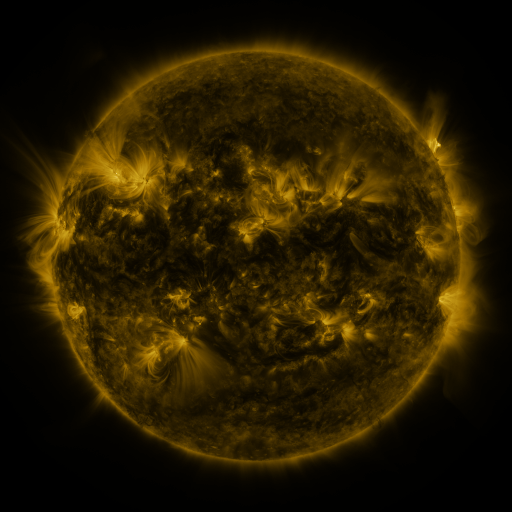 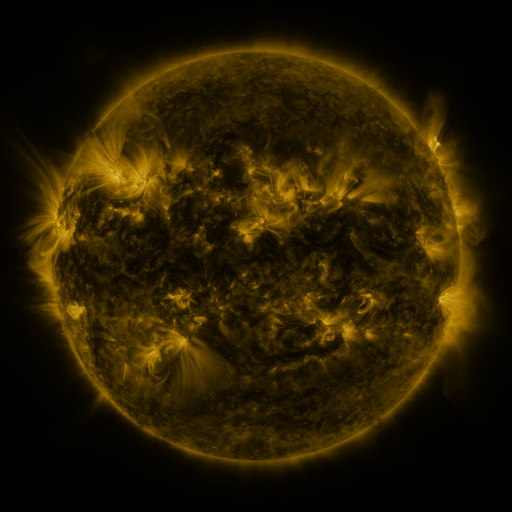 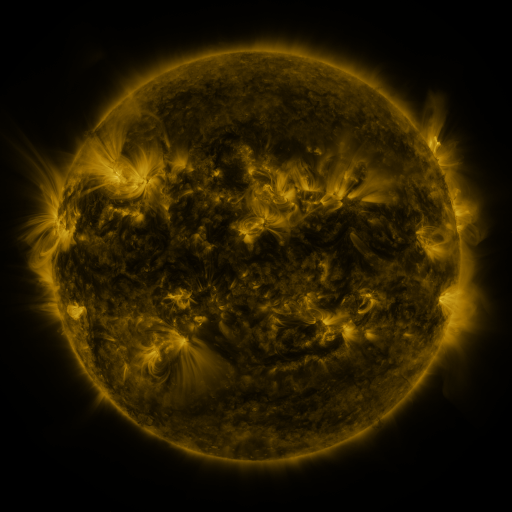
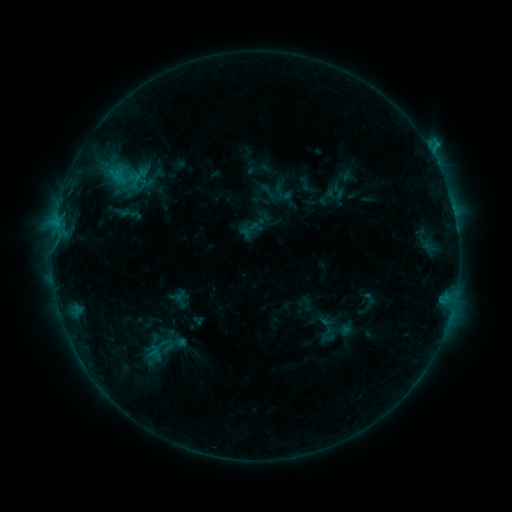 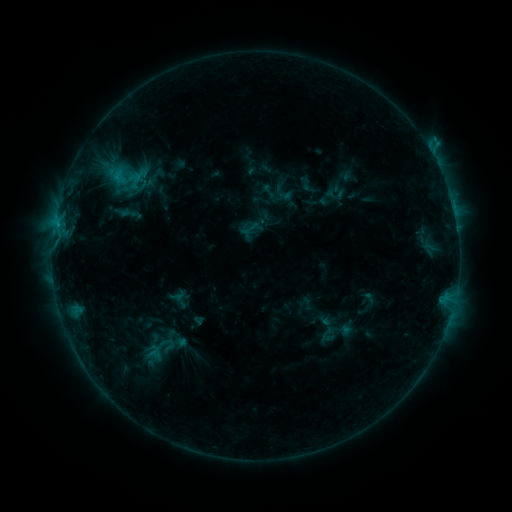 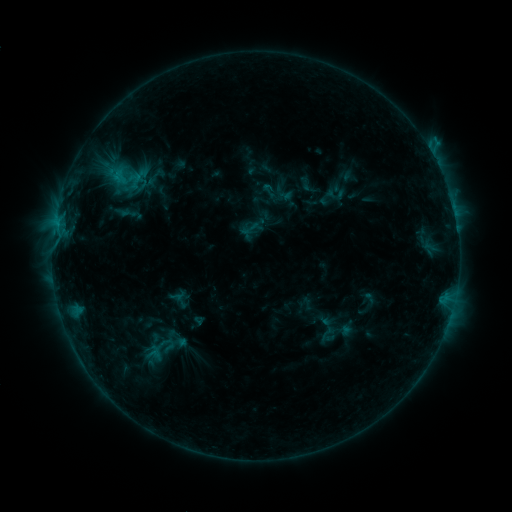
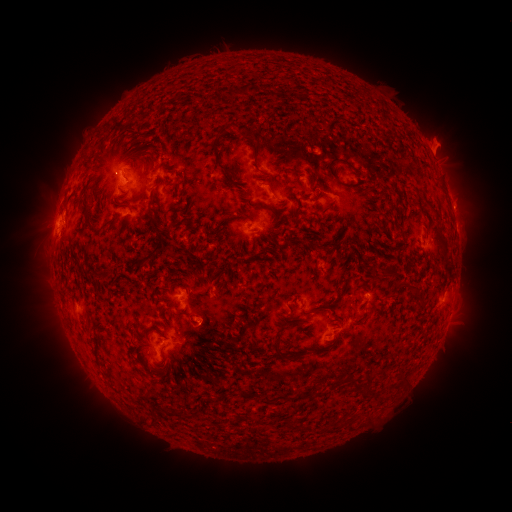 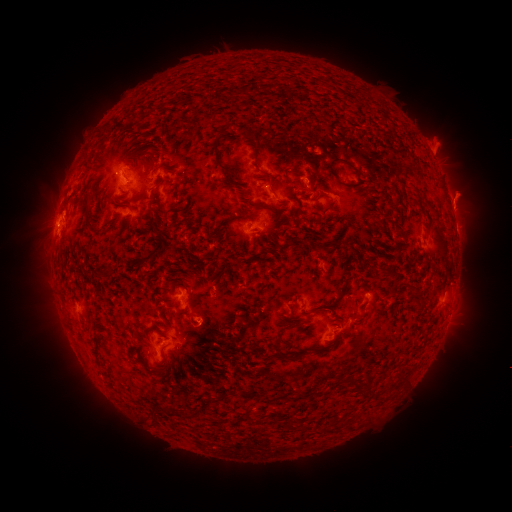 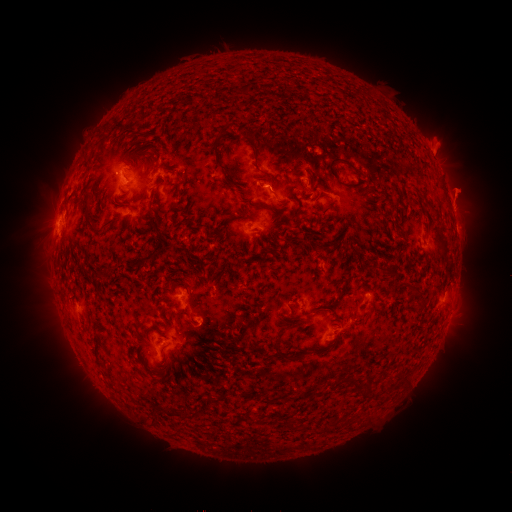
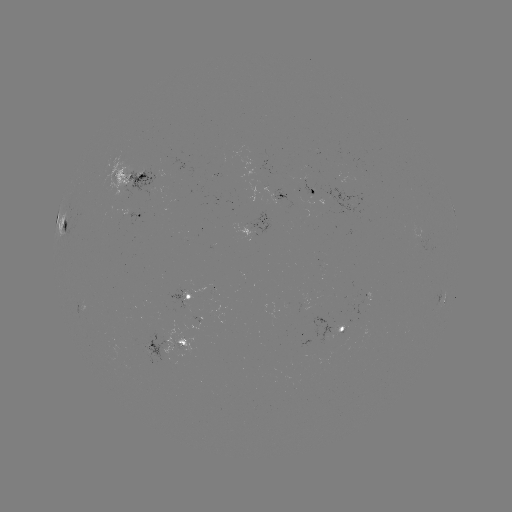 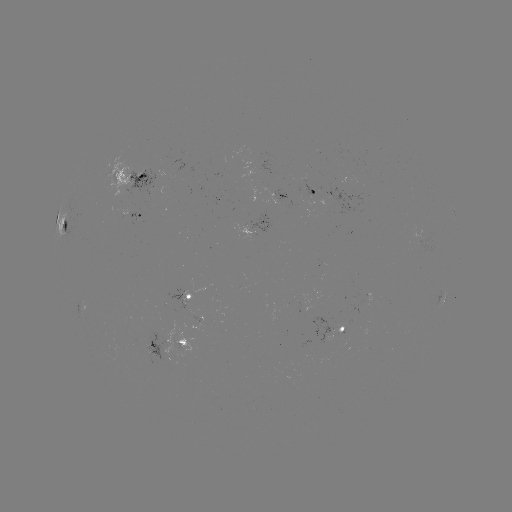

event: eruption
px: (465, 195)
